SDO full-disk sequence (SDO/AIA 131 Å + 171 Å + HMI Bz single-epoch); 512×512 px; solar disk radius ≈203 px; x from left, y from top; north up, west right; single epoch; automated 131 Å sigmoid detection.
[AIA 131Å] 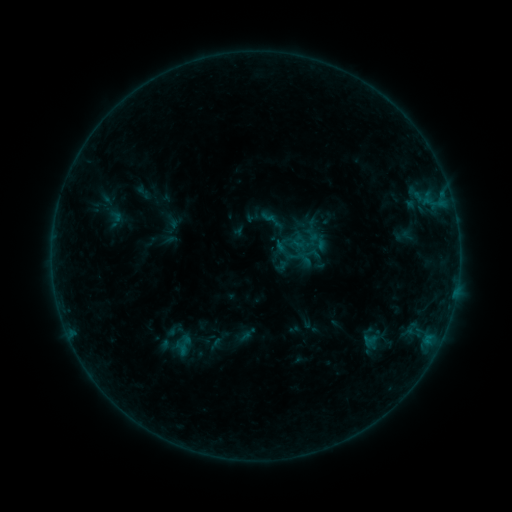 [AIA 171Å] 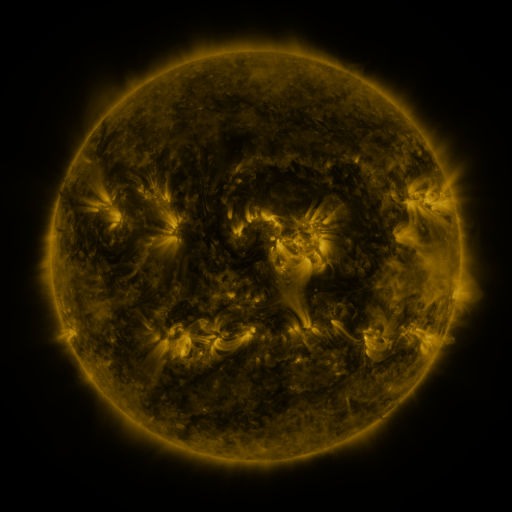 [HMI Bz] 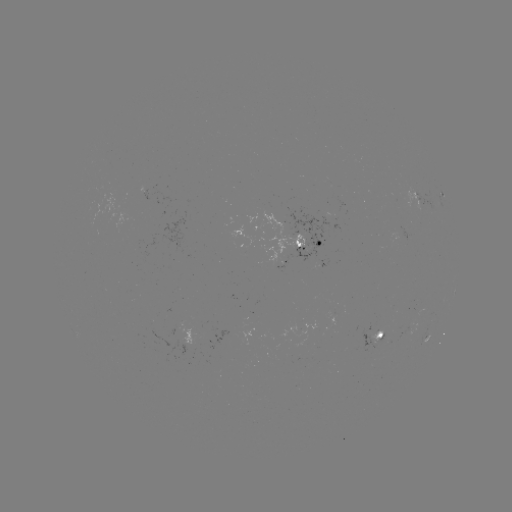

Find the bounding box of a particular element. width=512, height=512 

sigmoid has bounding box [260, 208, 278, 225].